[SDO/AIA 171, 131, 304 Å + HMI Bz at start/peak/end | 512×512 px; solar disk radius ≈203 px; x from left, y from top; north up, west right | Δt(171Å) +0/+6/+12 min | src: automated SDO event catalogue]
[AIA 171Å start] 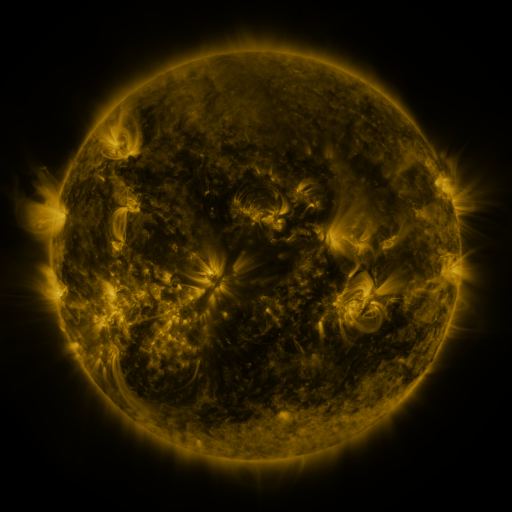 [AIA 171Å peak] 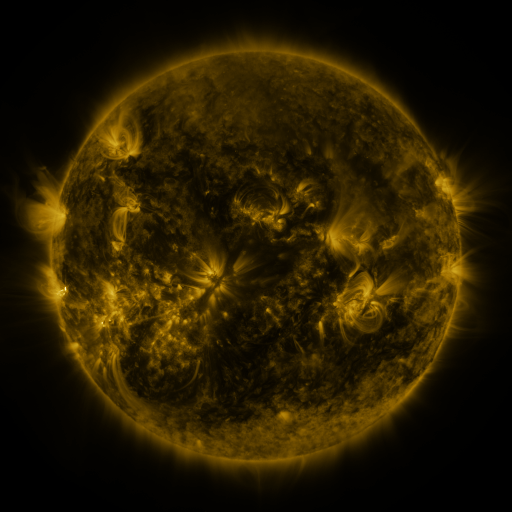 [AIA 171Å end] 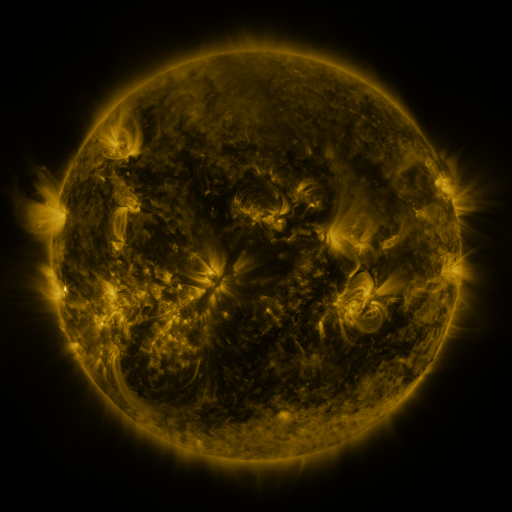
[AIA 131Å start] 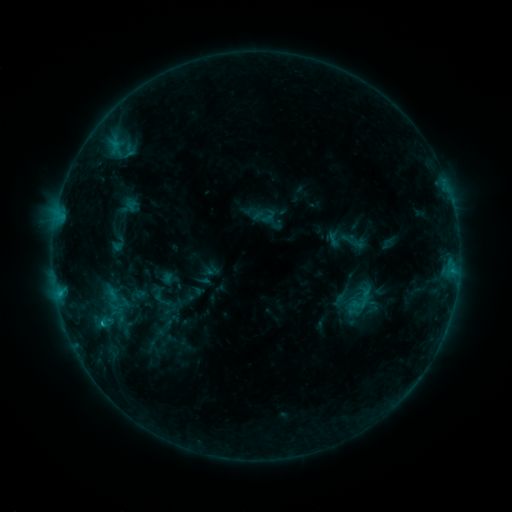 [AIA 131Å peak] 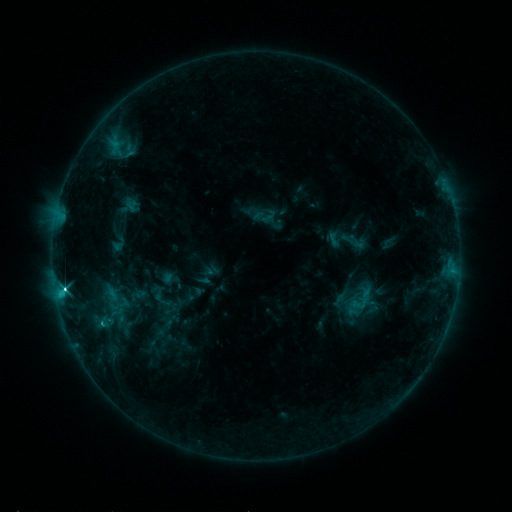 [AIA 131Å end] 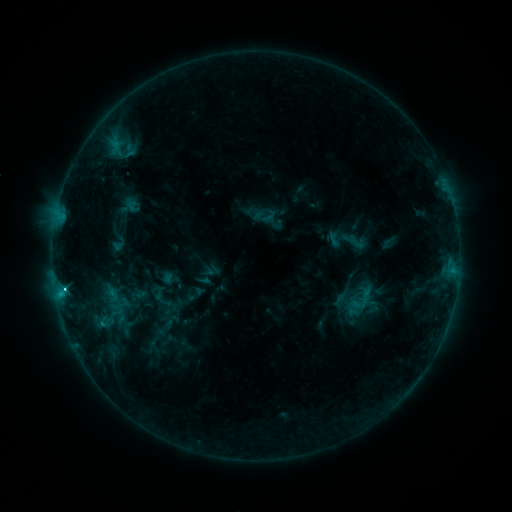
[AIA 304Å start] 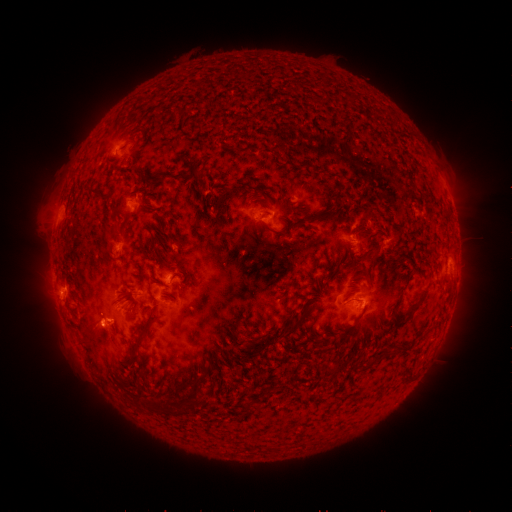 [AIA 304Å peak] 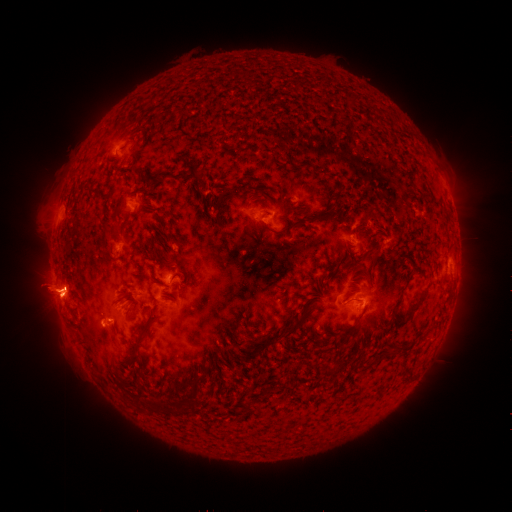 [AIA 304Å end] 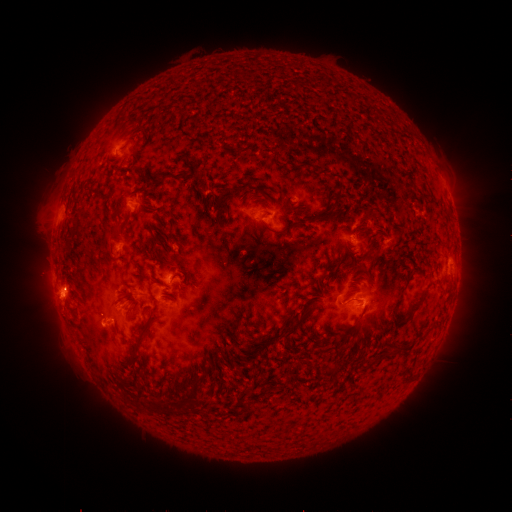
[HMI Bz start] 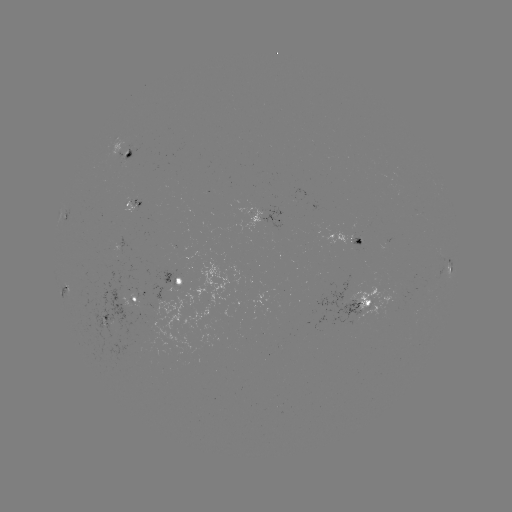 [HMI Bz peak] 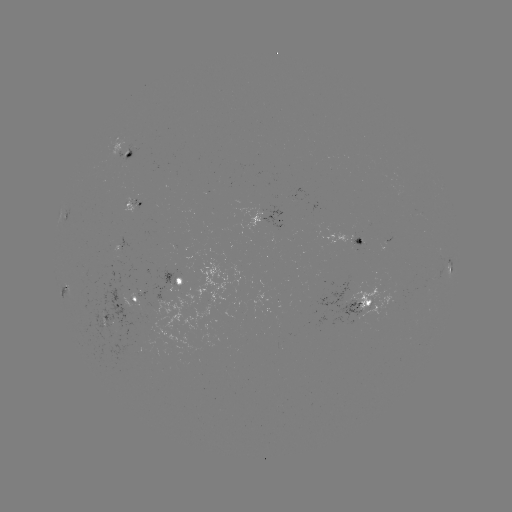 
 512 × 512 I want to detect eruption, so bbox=[7, 228, 107, 361].